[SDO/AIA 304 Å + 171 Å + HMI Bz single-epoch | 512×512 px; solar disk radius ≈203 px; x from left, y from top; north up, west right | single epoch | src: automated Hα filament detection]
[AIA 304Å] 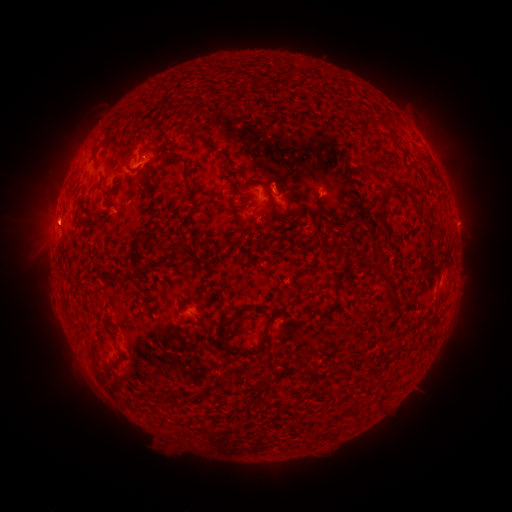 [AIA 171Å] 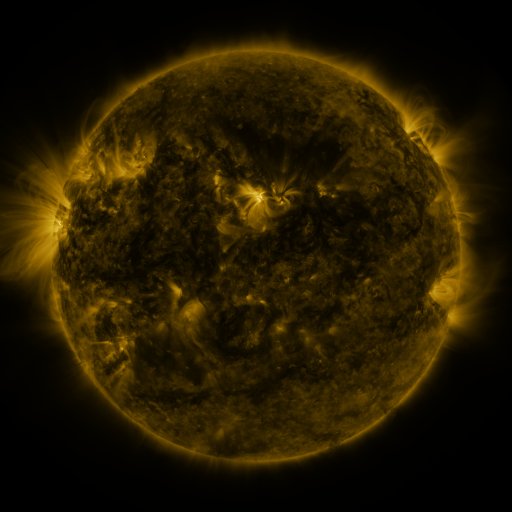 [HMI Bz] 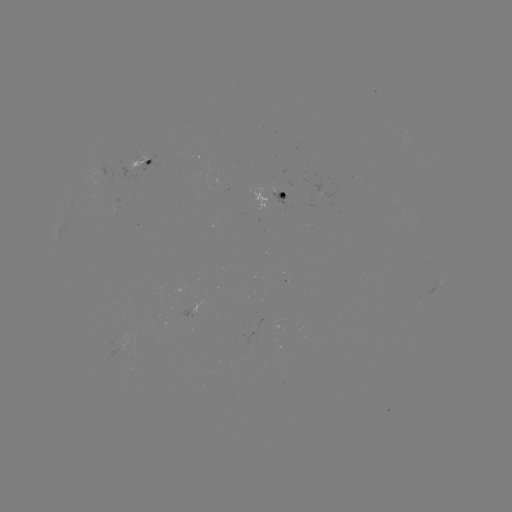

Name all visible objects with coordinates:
filament: (160, 128)
filament: (211, 144)
filament: (95, 156)
filament: (128, 162)
filament: (190, 188)
filament: (406, 188)
filament: (273, 206)
filament: (382, 223)
filament: (95, 227)
filament: (203, 242)
filament: (160, 245)
filament: (336, 246)
filament: (390, 292)
filament: (233, 317)
filament: (114, 336)
filament: (264, 338)
filament: (92, 353)
filament: (104, 366)
filament: (311, 374)
